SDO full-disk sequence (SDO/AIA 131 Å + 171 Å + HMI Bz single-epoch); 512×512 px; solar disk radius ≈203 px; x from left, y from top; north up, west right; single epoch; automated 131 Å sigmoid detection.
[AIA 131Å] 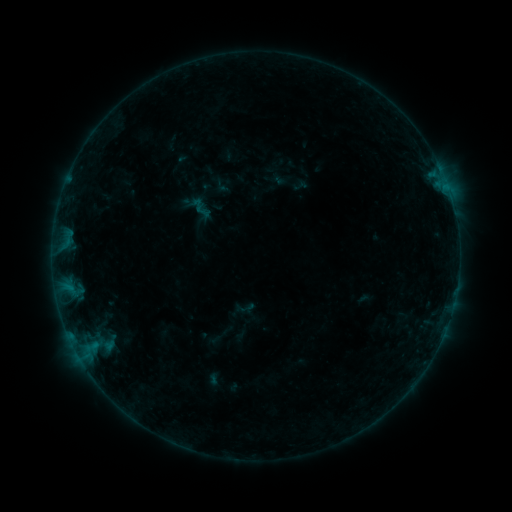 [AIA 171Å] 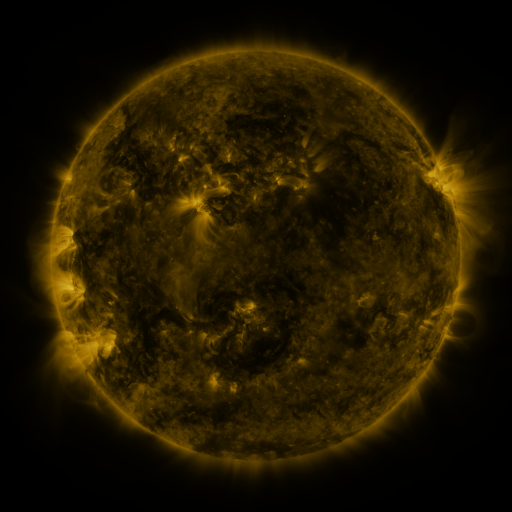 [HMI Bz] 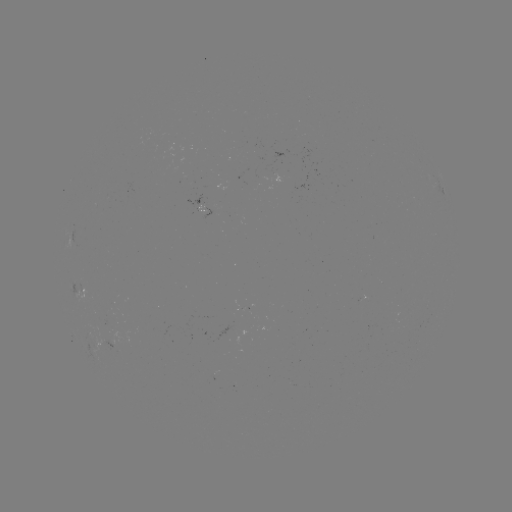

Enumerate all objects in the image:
sigmoid: (200, 208)
